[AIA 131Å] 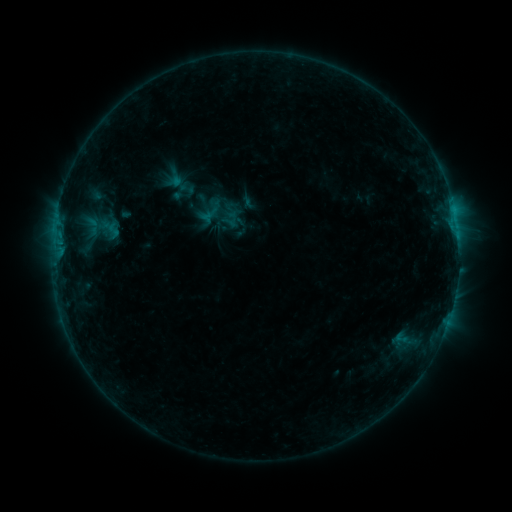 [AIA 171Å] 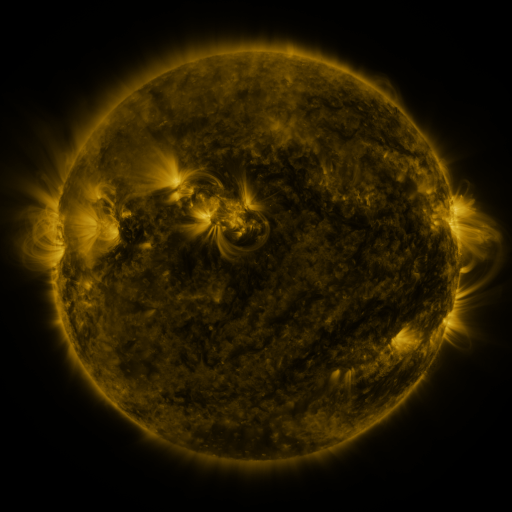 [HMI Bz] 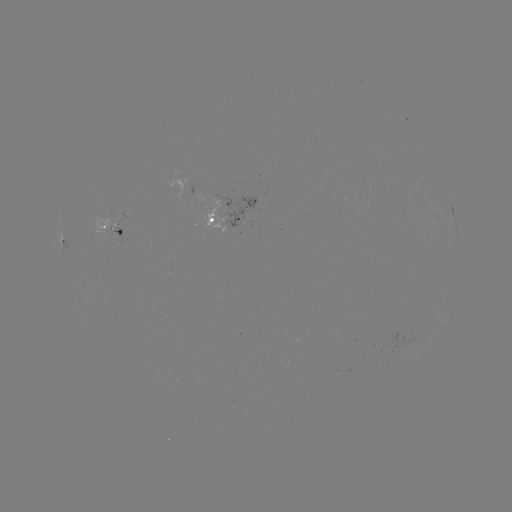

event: sigmoid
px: (113, 230)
